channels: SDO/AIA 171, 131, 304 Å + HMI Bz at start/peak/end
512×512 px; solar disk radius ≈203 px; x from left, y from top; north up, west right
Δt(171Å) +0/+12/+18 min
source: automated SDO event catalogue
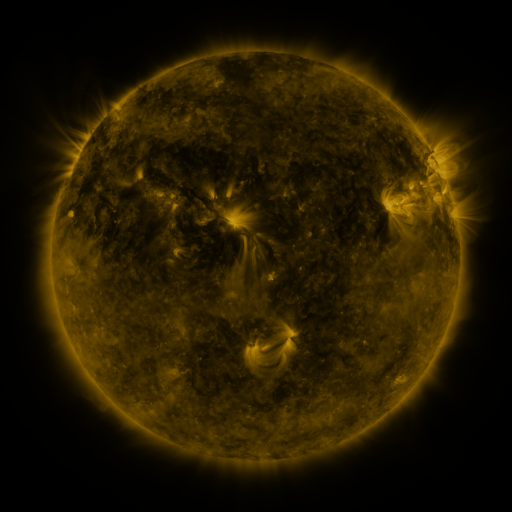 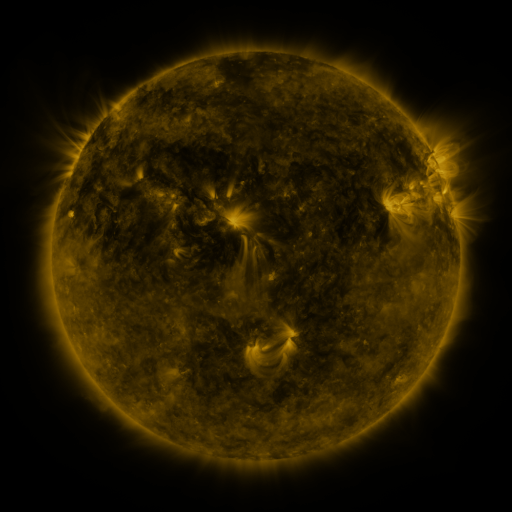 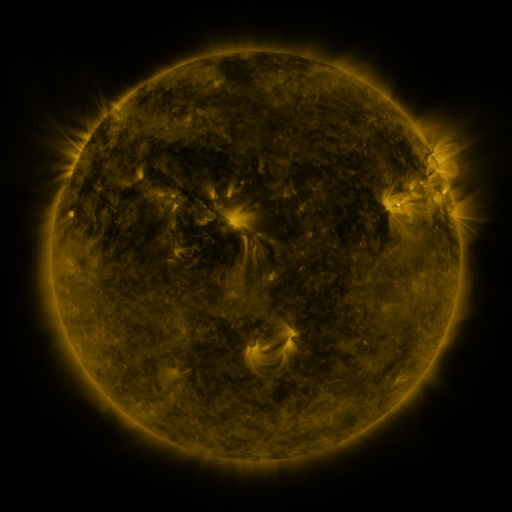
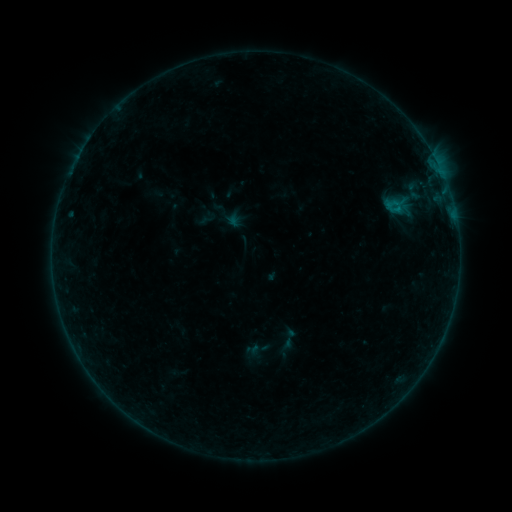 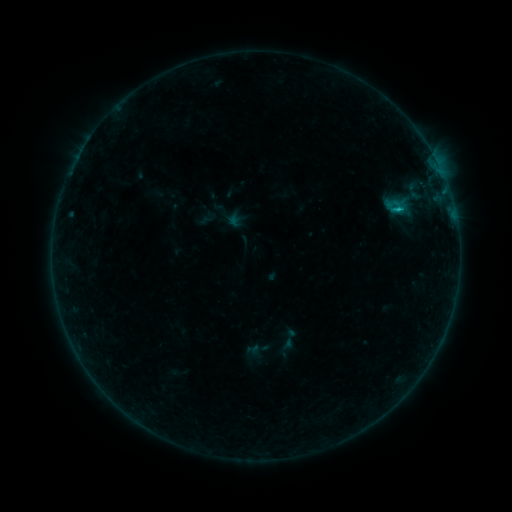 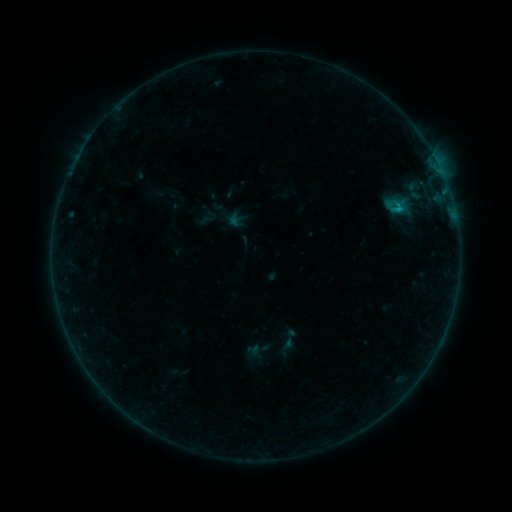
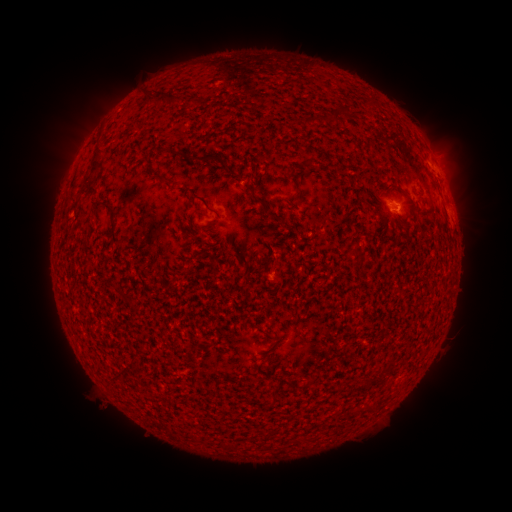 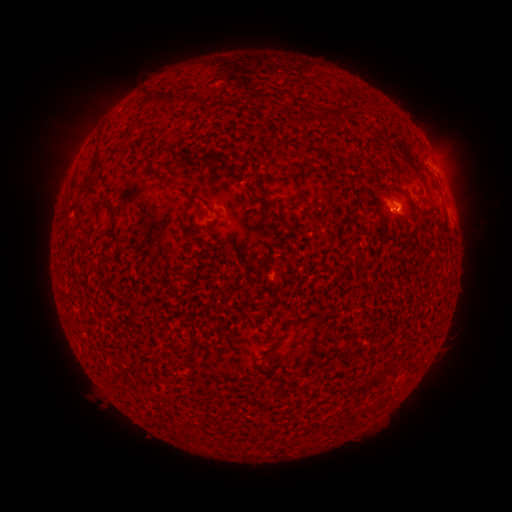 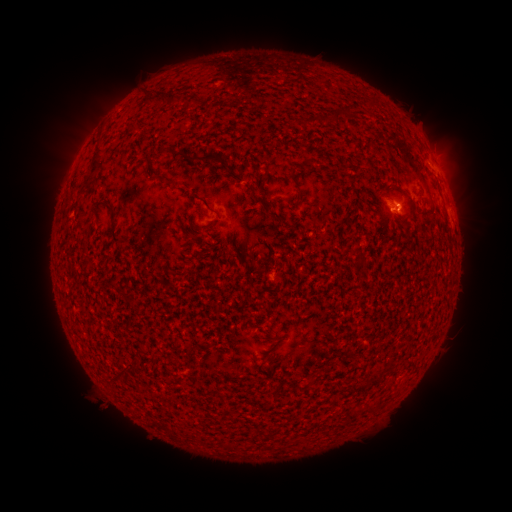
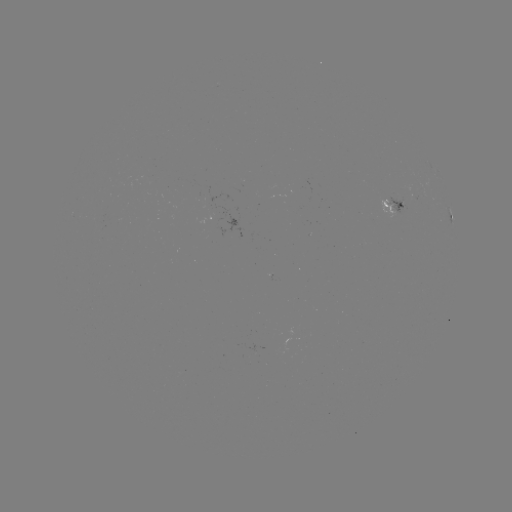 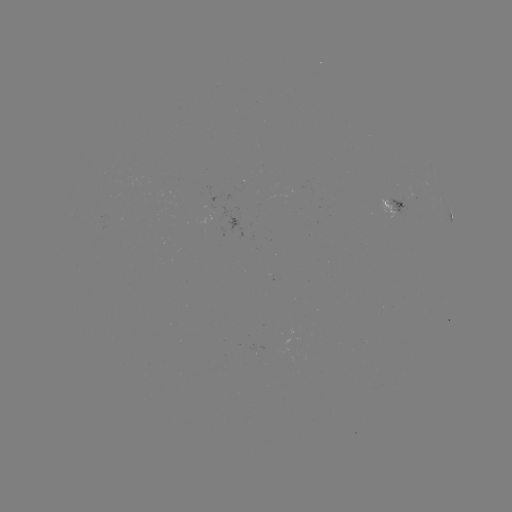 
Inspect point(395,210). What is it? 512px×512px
B5.6 flare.